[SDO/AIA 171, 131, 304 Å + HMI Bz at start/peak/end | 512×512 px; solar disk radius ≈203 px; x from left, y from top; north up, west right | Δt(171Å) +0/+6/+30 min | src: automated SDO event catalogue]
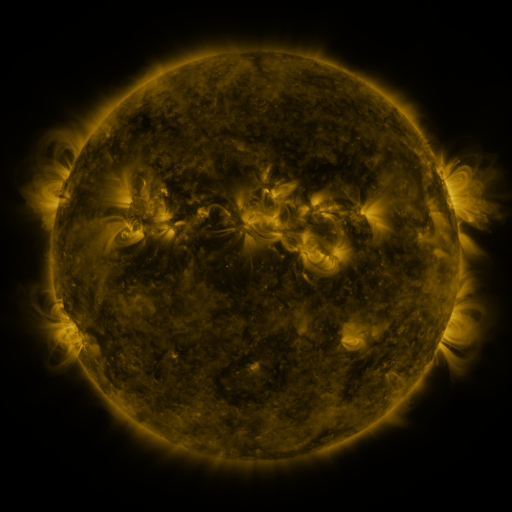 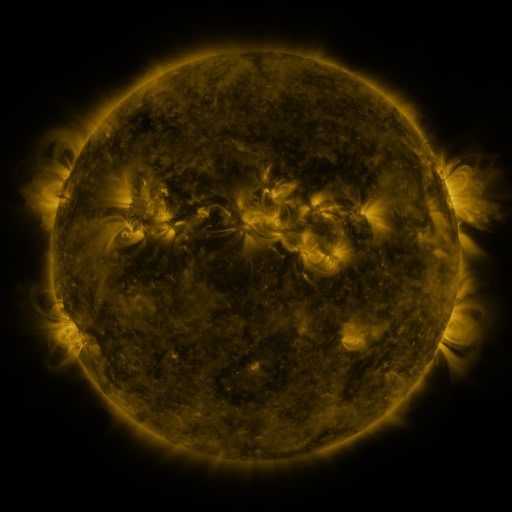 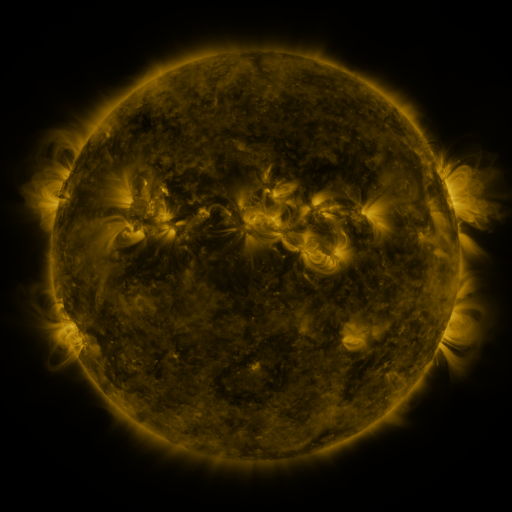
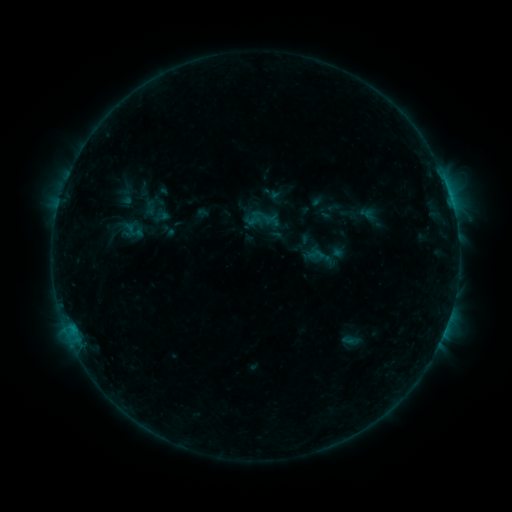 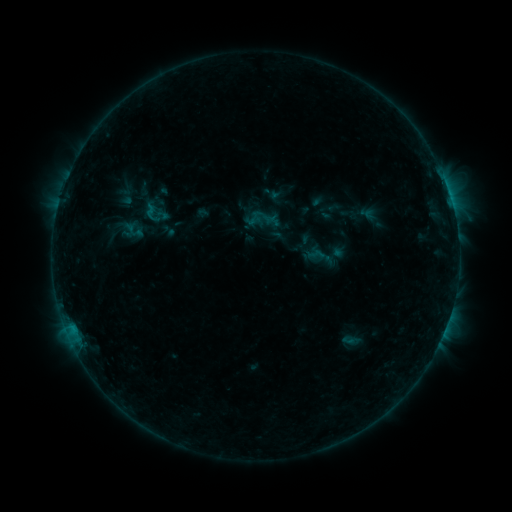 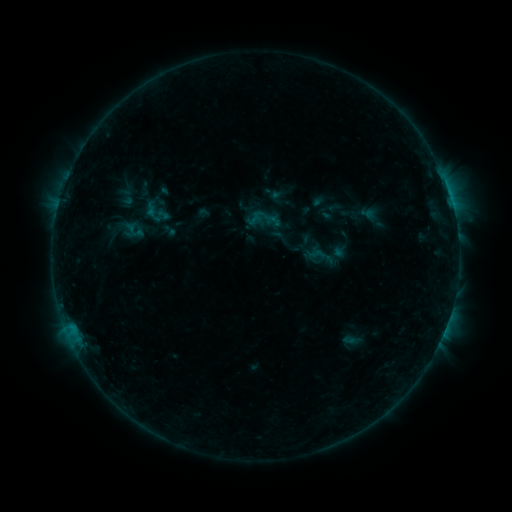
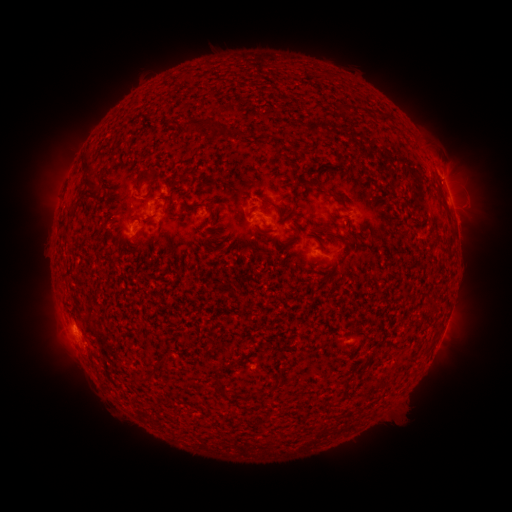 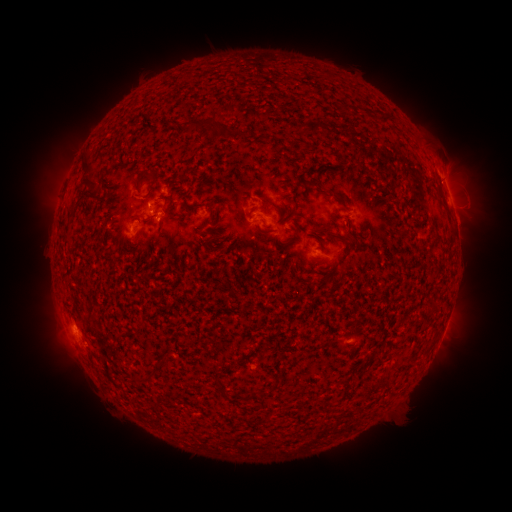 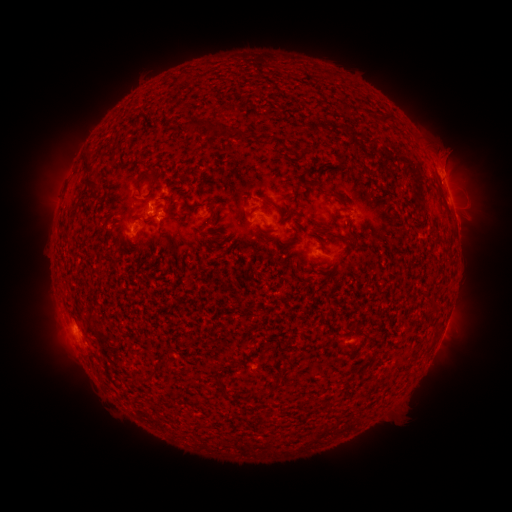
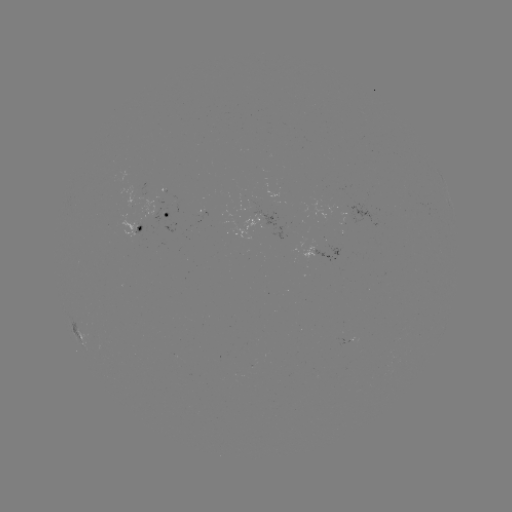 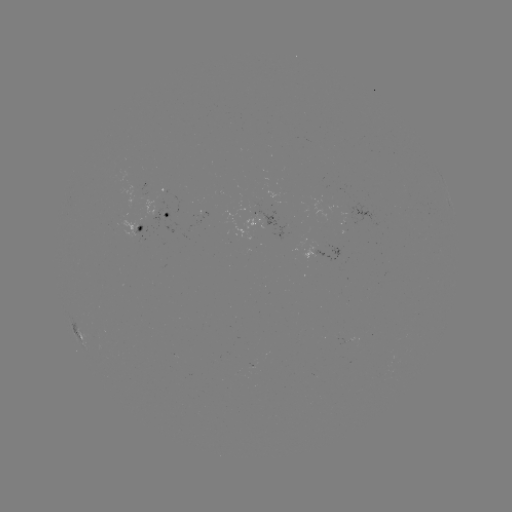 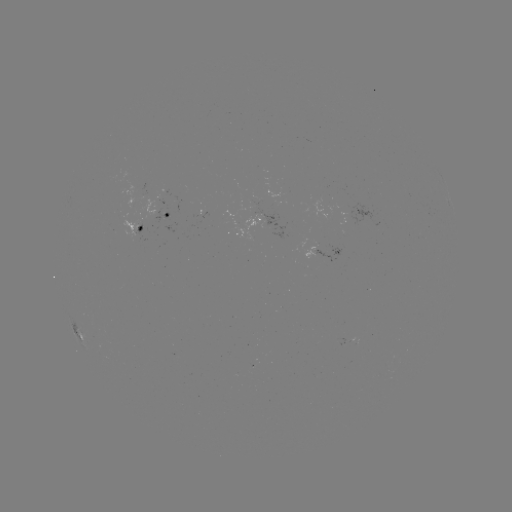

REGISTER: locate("B4.5 flare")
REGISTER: [150, 210]